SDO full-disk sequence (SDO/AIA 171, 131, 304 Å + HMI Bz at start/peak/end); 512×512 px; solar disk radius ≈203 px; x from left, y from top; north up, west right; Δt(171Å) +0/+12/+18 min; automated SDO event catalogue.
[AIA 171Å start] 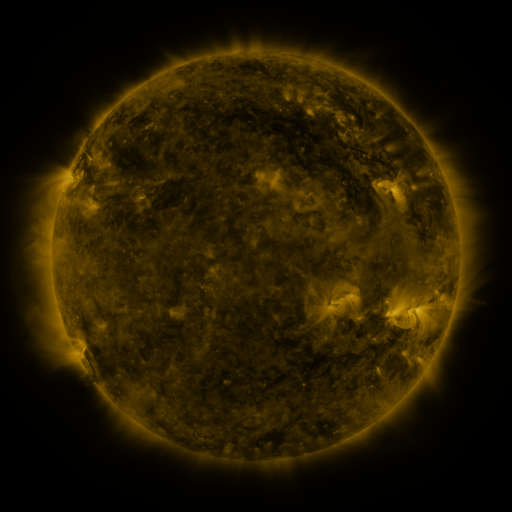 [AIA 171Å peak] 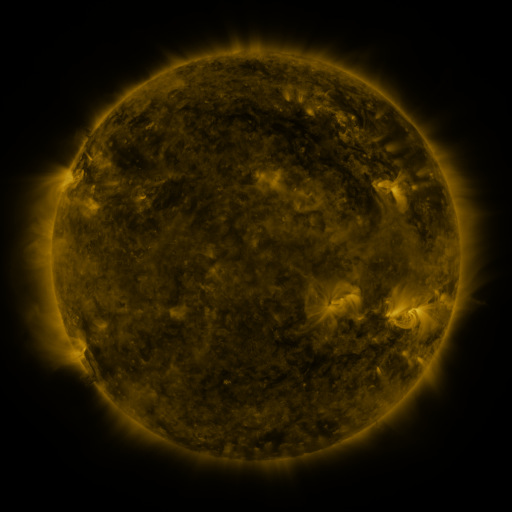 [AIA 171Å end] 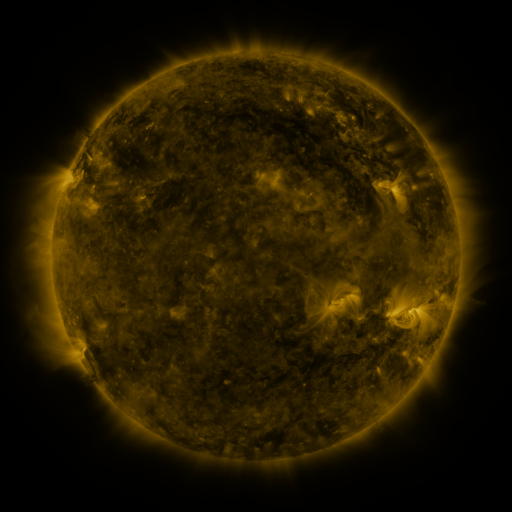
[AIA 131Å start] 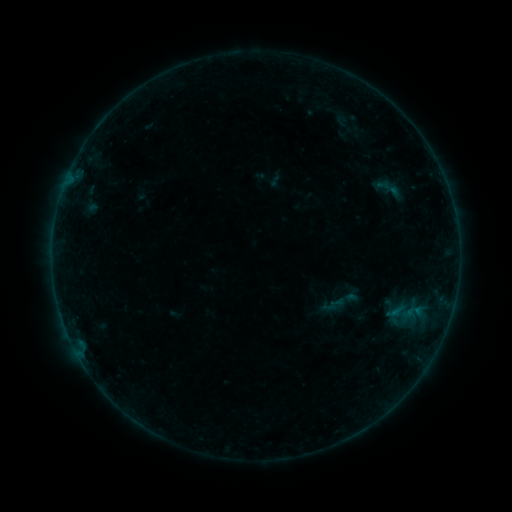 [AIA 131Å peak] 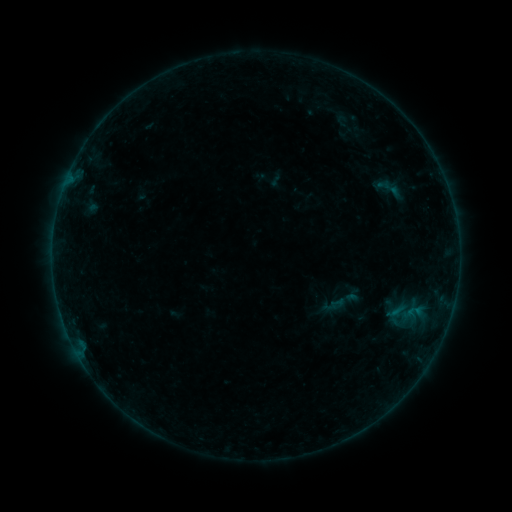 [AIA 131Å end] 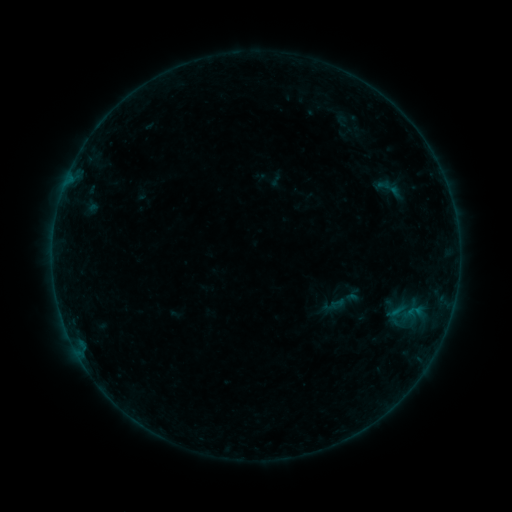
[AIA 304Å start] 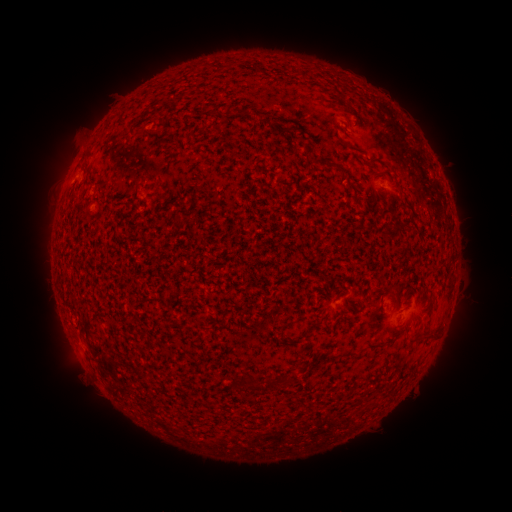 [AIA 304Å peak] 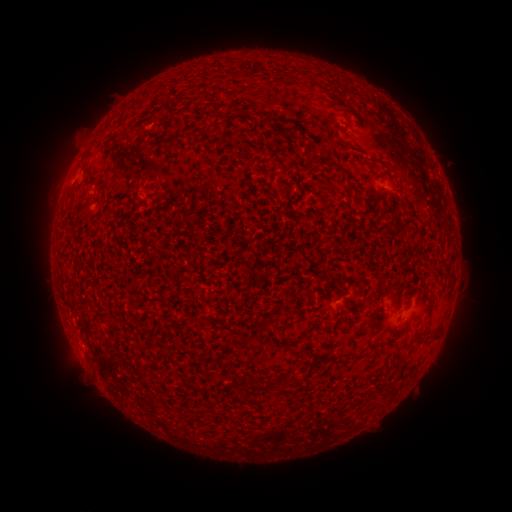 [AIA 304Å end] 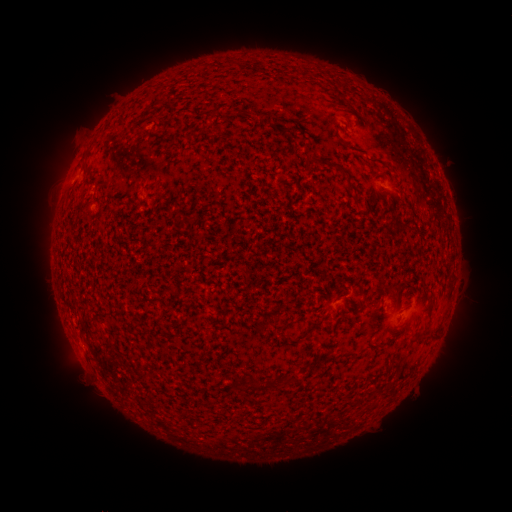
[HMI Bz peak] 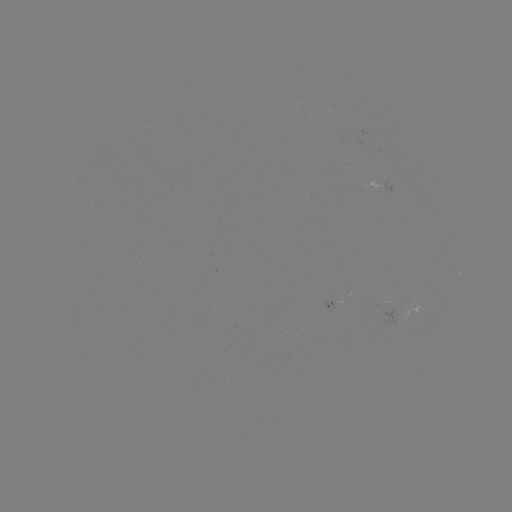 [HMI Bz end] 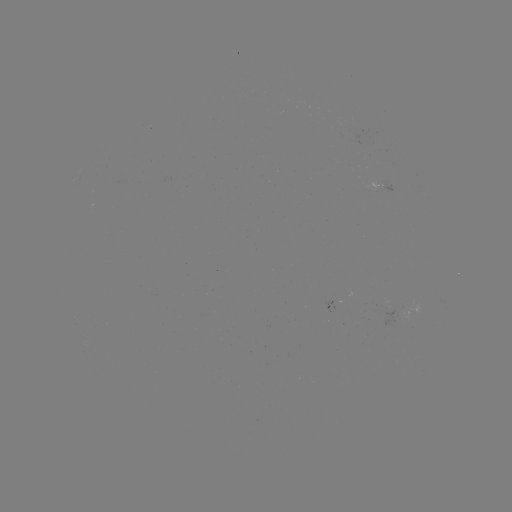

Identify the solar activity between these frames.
no catalogued flare and no flagged EUV brightening in this window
